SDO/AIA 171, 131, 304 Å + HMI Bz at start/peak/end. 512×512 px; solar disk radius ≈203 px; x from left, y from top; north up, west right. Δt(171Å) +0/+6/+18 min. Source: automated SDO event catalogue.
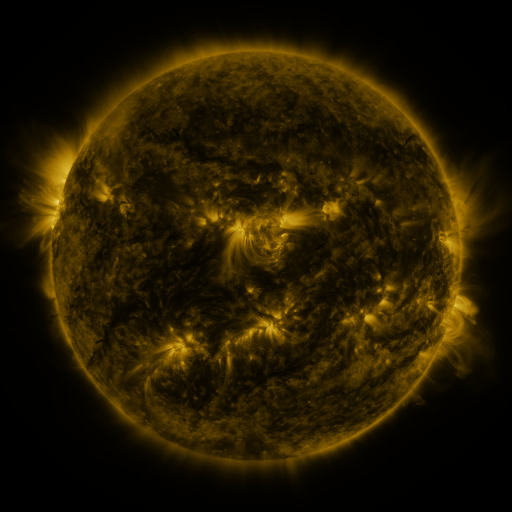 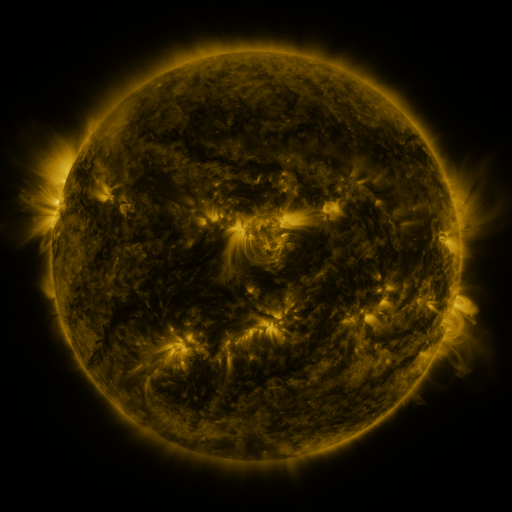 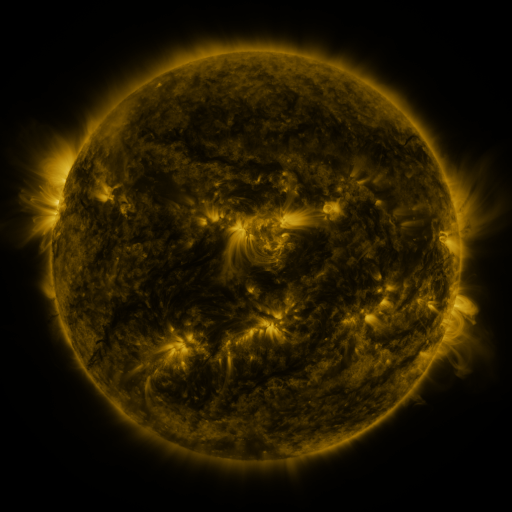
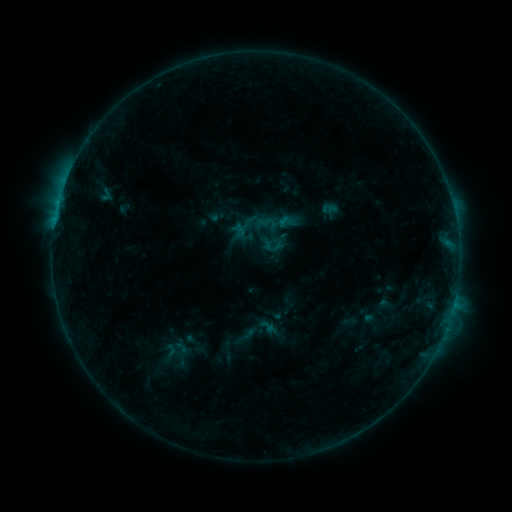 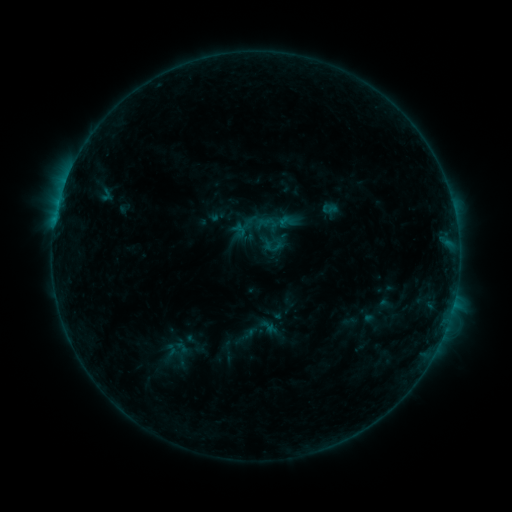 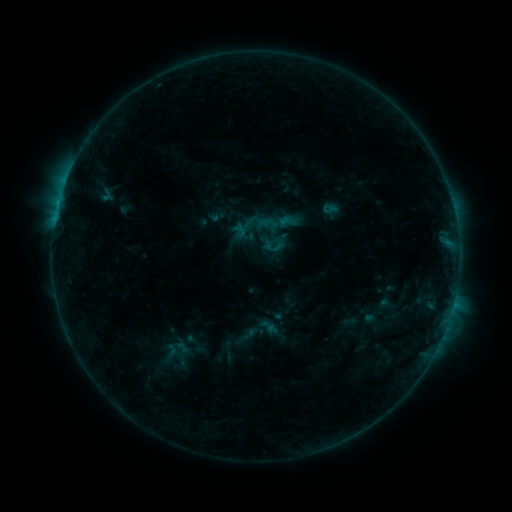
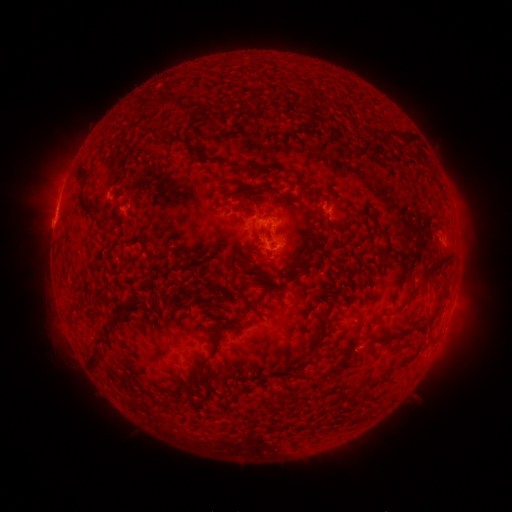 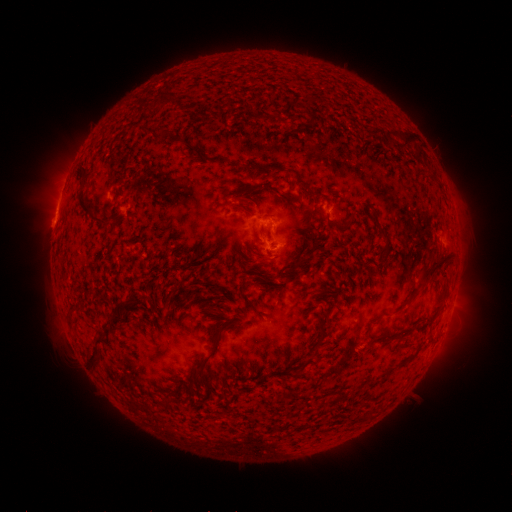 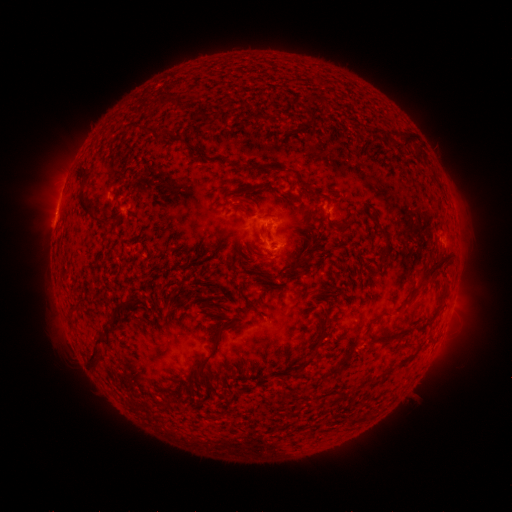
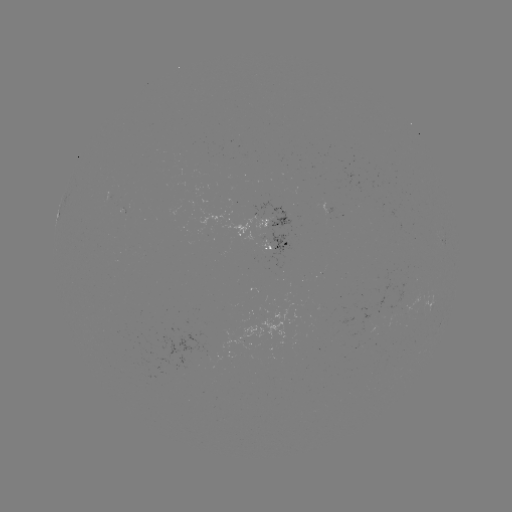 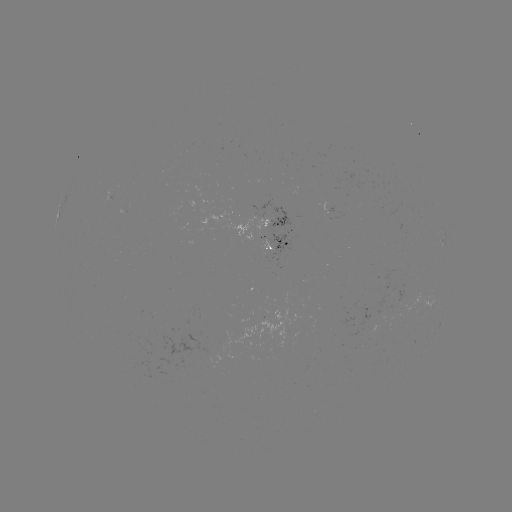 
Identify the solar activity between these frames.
nothing was catalogued: no classed flare, no EUV trigger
